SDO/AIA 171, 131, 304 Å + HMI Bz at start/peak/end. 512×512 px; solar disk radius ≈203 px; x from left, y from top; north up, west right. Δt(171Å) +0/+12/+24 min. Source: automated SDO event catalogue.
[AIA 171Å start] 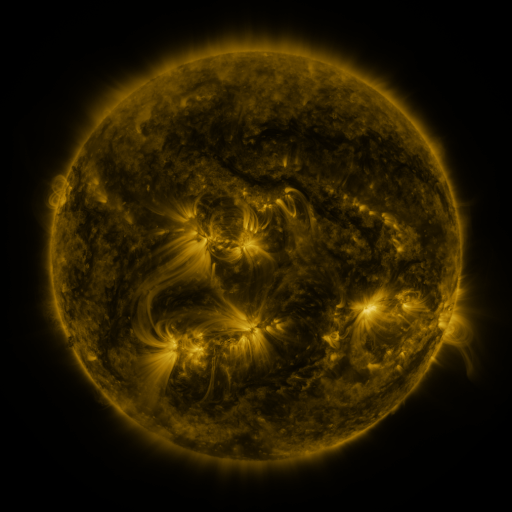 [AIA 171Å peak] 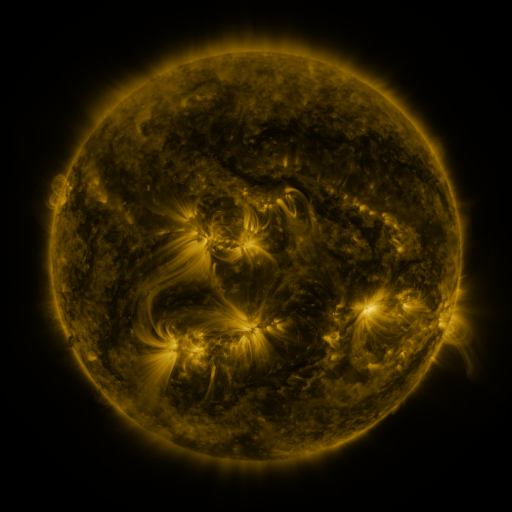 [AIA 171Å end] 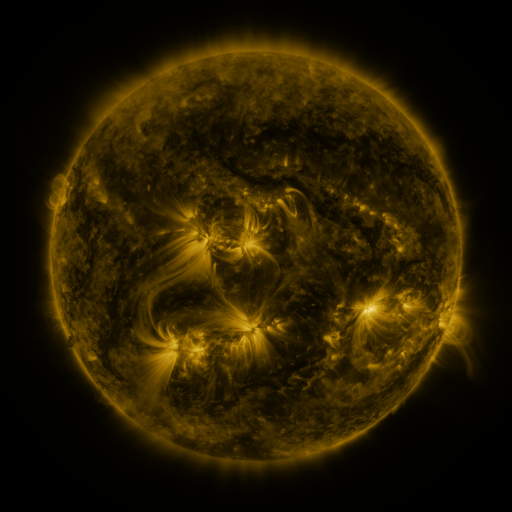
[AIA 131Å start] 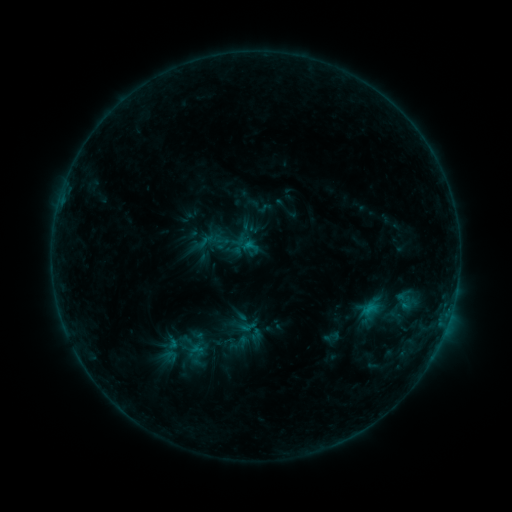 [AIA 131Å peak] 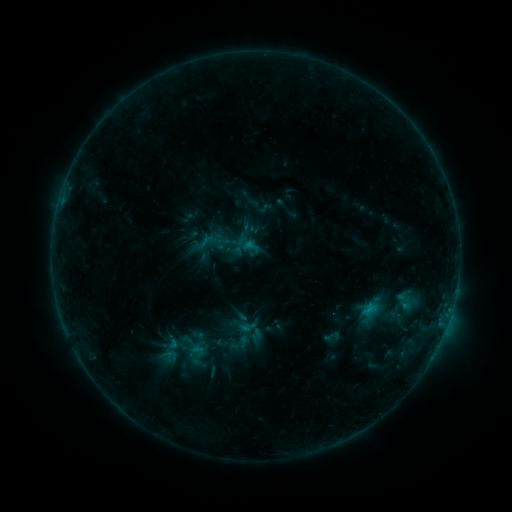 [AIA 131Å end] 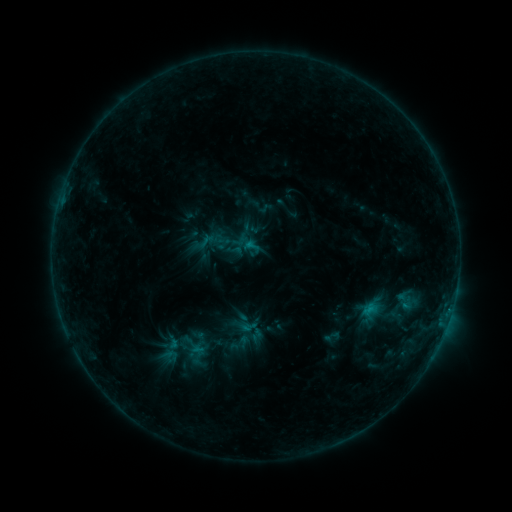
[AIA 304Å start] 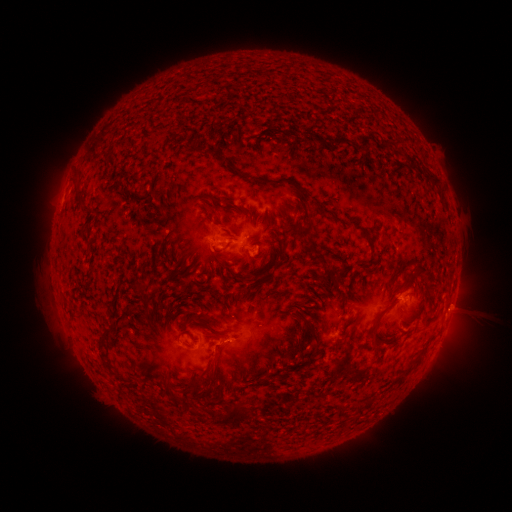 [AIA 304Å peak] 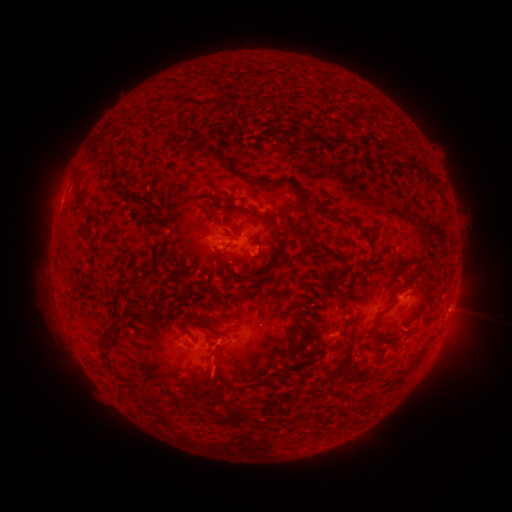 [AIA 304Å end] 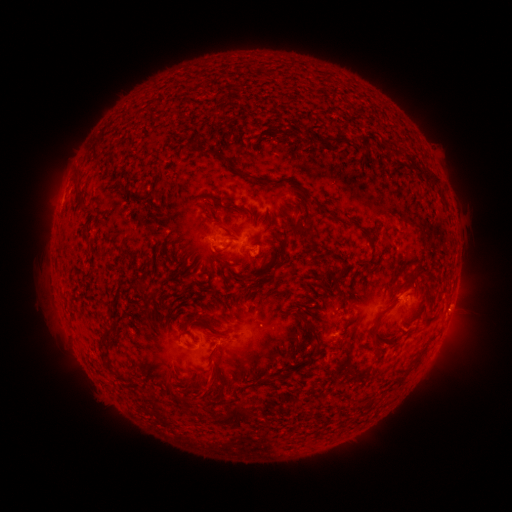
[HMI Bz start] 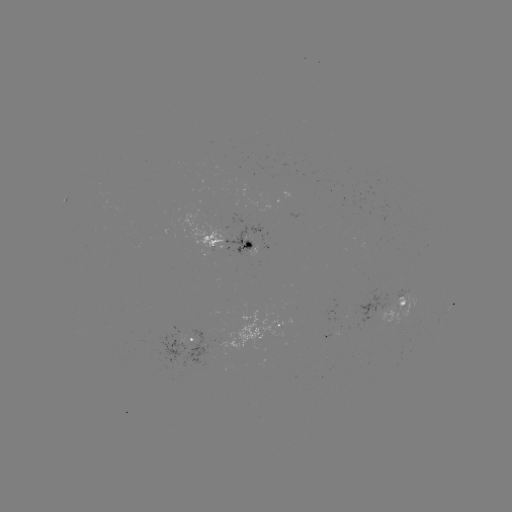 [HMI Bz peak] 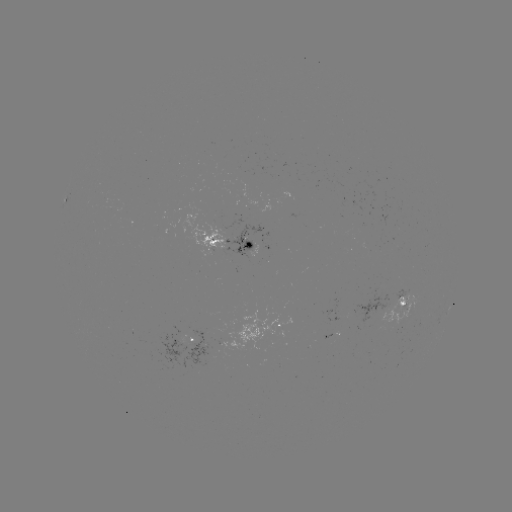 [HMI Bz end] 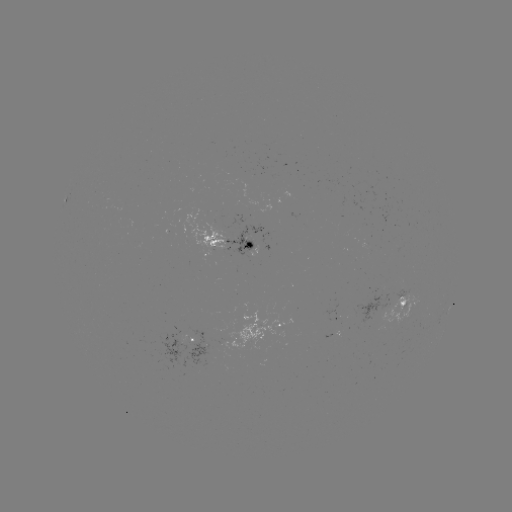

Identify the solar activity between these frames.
eruption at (214, 372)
